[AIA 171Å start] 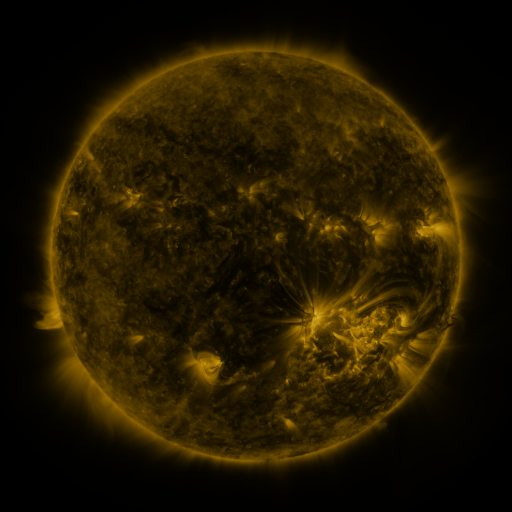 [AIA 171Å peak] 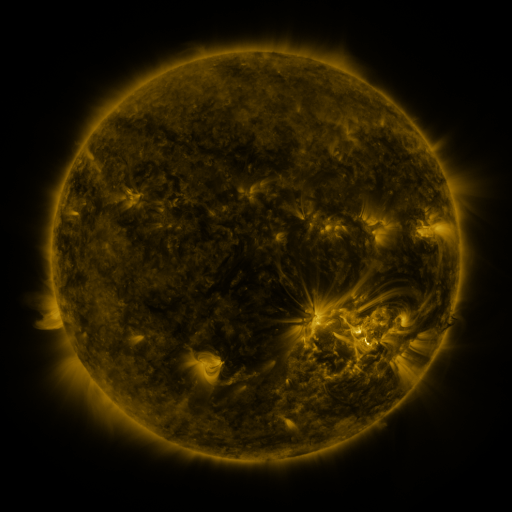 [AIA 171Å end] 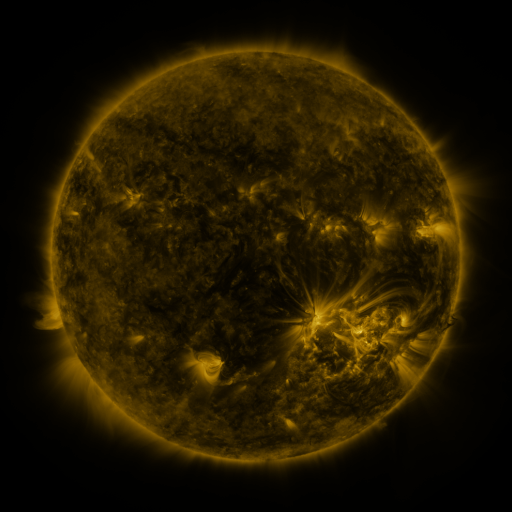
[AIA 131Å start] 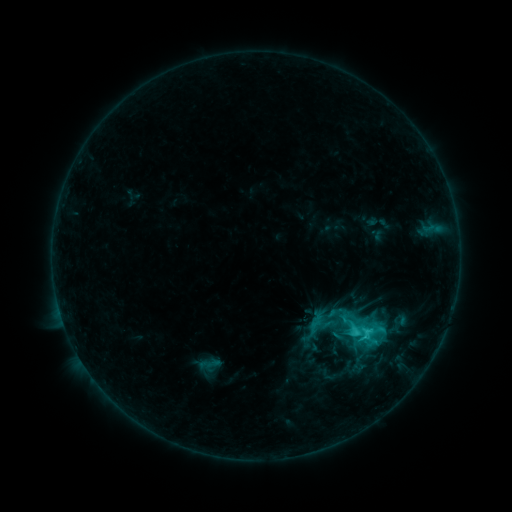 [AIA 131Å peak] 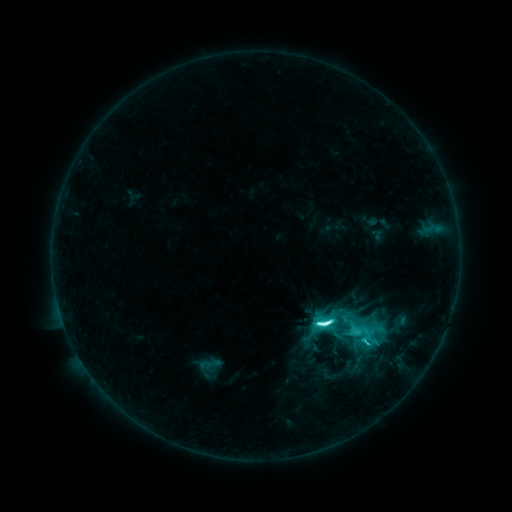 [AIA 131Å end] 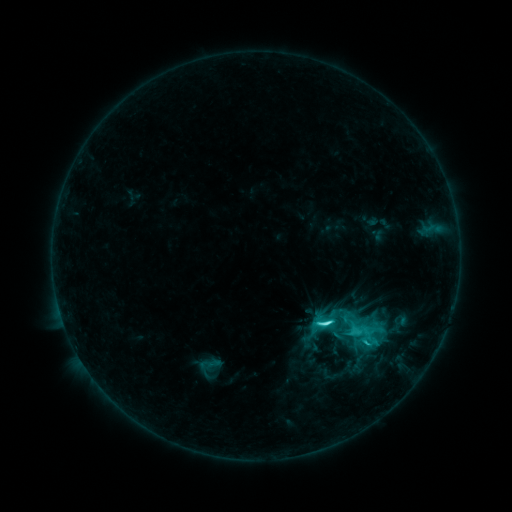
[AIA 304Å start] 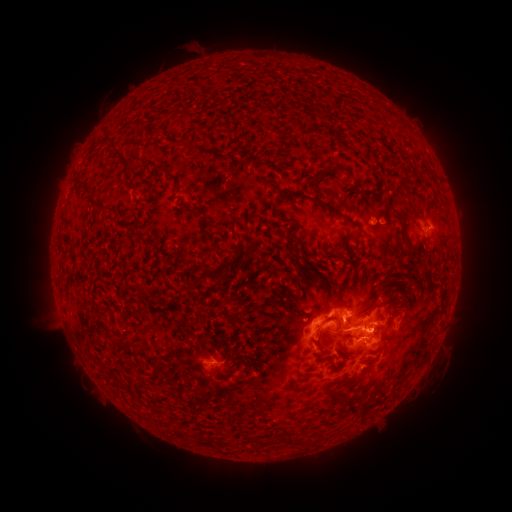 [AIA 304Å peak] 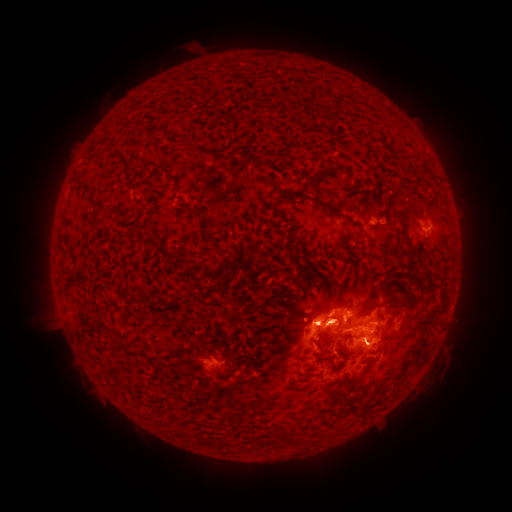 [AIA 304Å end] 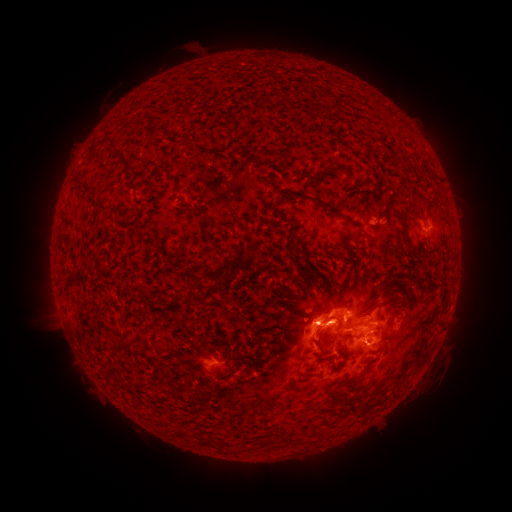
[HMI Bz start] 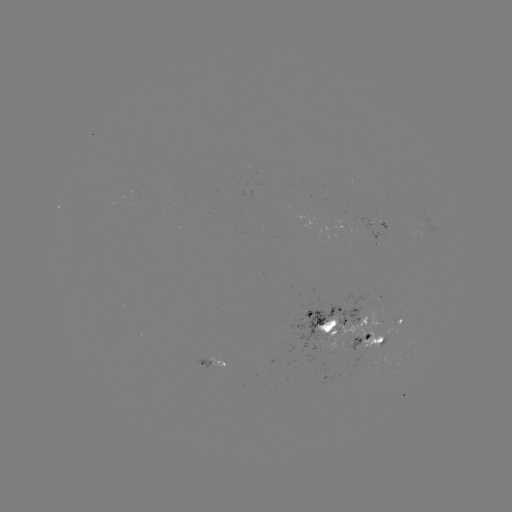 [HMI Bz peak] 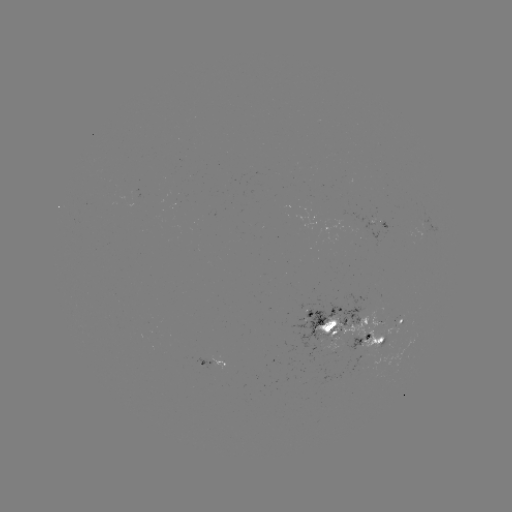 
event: flare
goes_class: M1.0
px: (316, 322)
